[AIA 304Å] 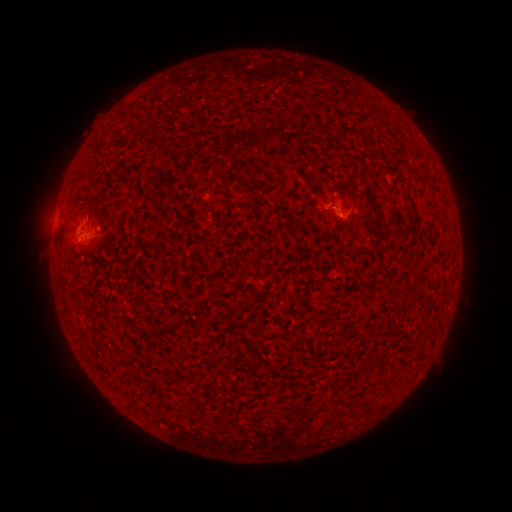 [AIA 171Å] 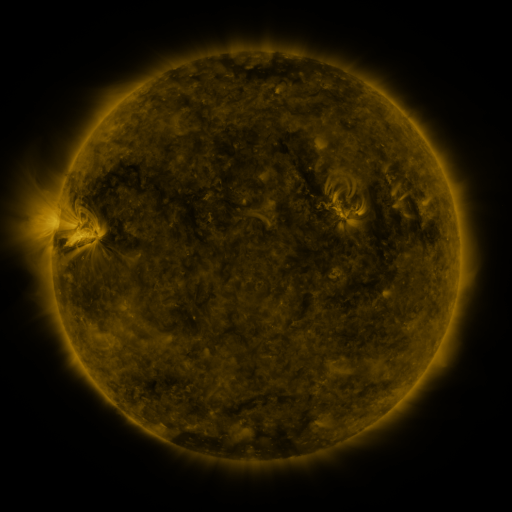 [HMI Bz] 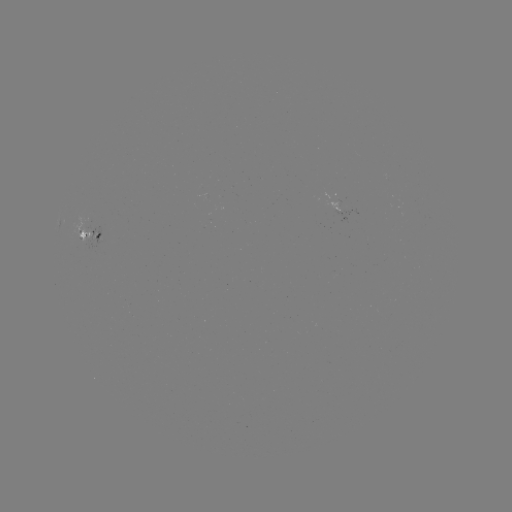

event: spotted active region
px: (92, 233)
